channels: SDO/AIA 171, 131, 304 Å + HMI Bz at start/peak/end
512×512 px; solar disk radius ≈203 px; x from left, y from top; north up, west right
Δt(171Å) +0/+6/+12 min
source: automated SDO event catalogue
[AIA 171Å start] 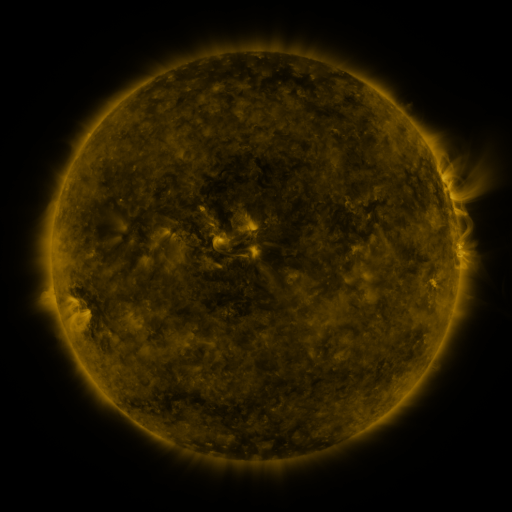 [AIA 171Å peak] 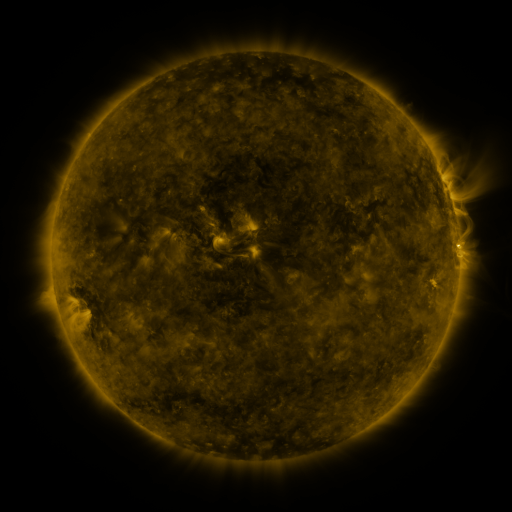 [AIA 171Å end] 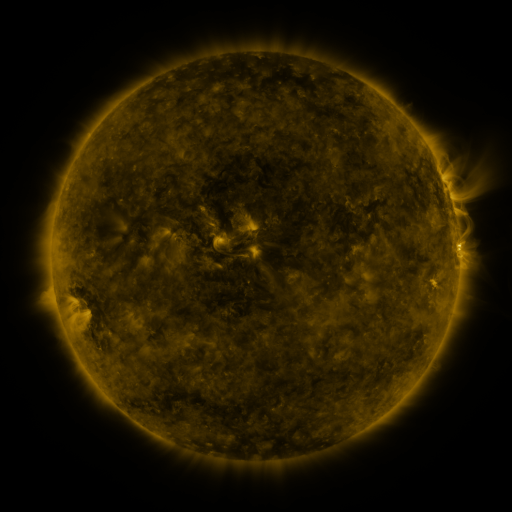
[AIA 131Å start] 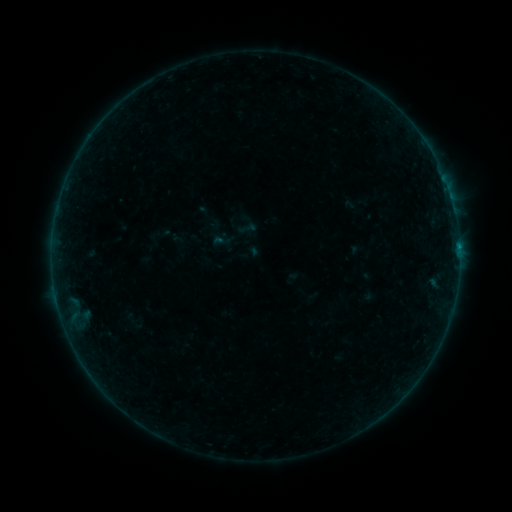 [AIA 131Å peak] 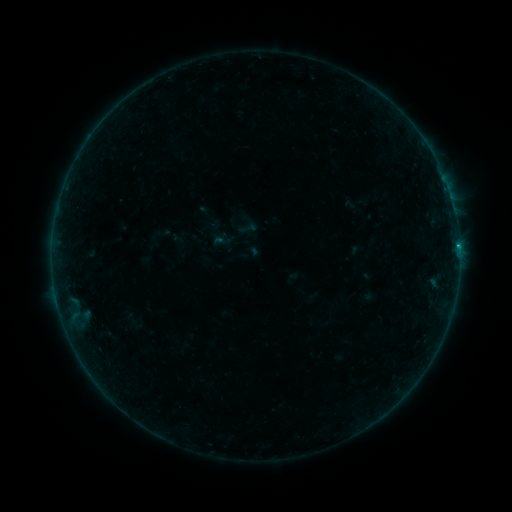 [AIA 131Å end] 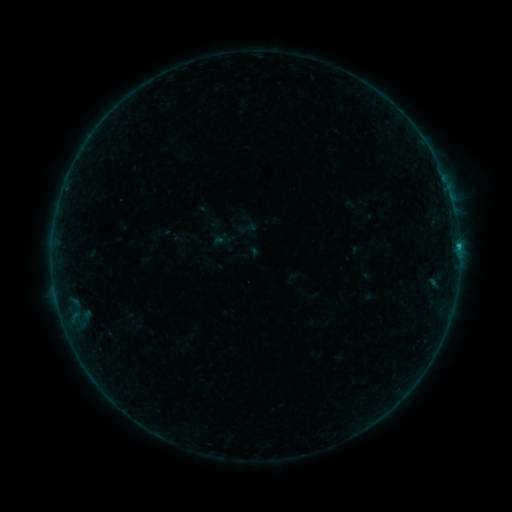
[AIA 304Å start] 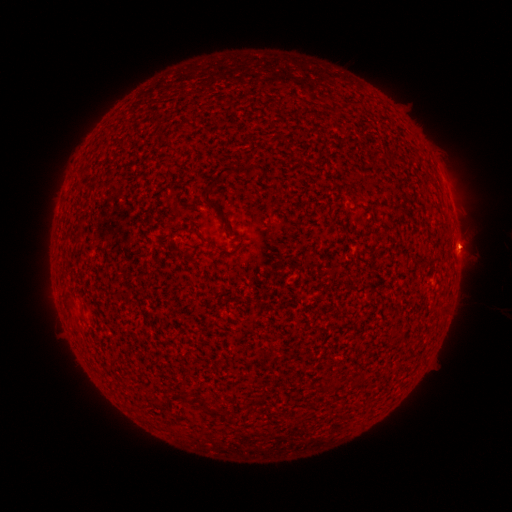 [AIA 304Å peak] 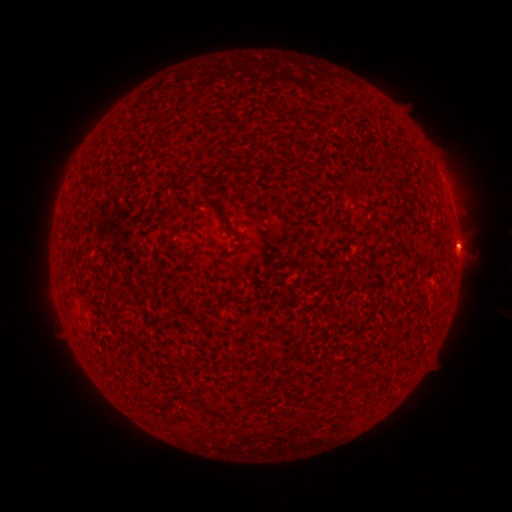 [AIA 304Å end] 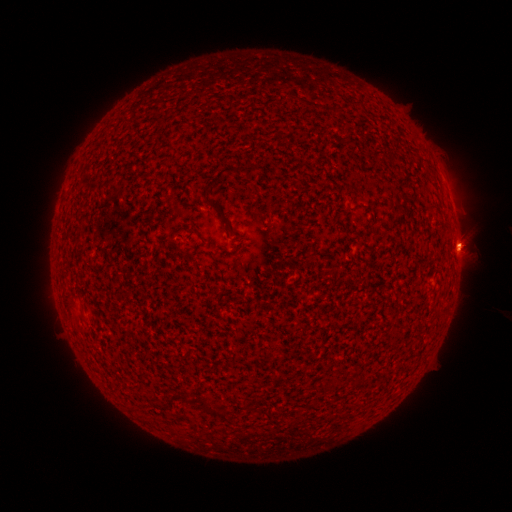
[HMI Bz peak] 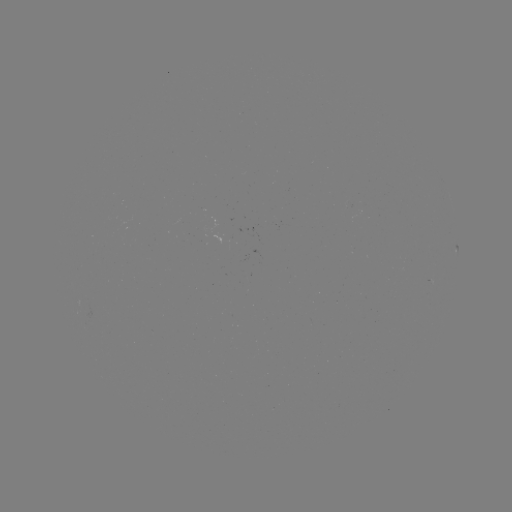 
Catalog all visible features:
B8.0 flare: (458, 250)
